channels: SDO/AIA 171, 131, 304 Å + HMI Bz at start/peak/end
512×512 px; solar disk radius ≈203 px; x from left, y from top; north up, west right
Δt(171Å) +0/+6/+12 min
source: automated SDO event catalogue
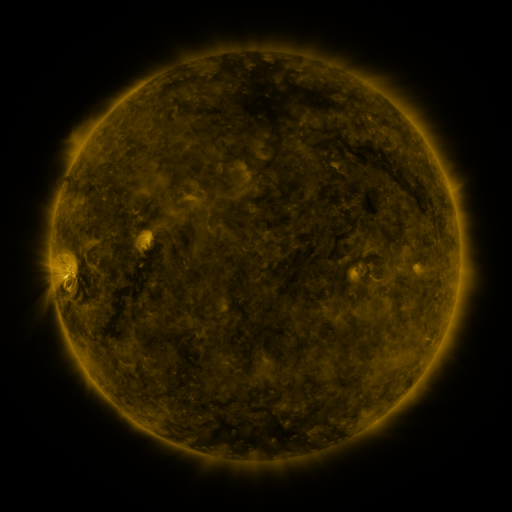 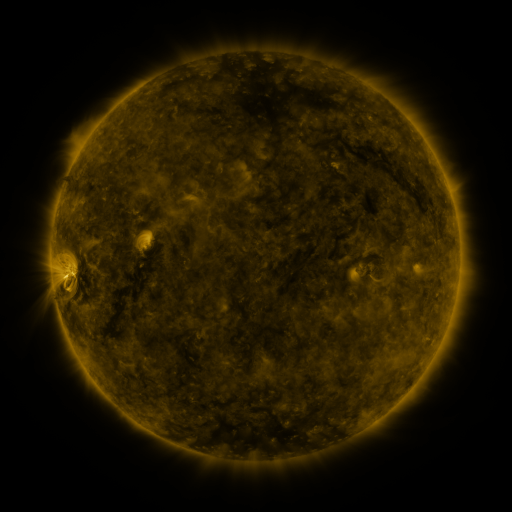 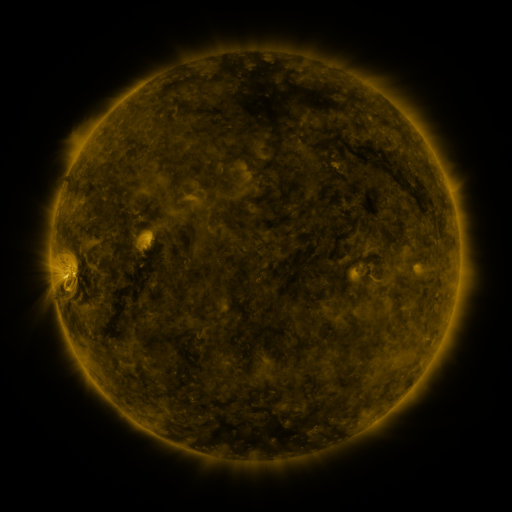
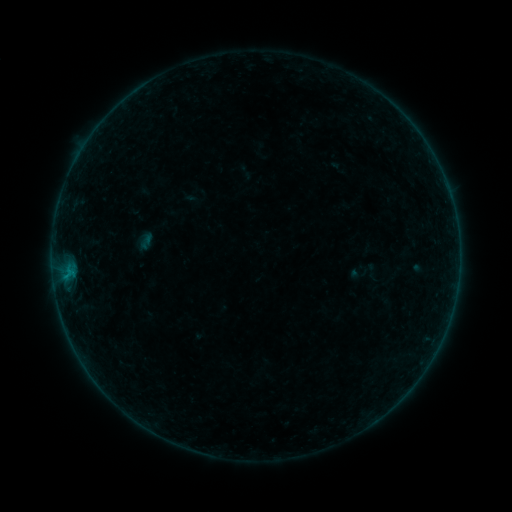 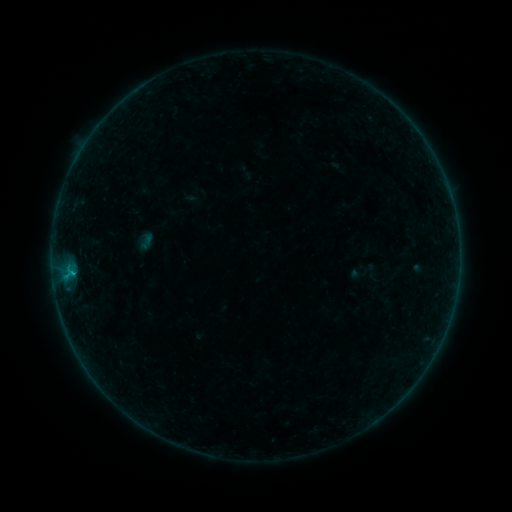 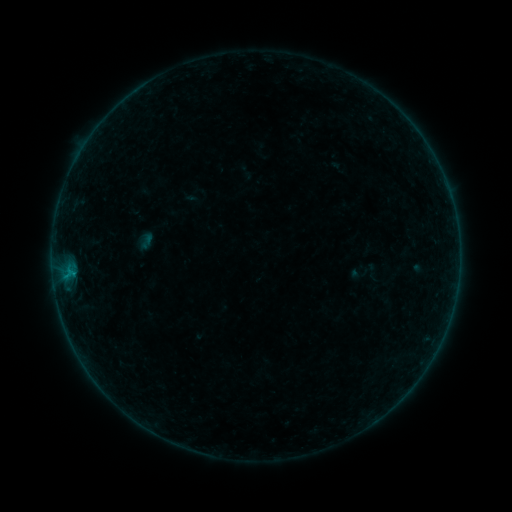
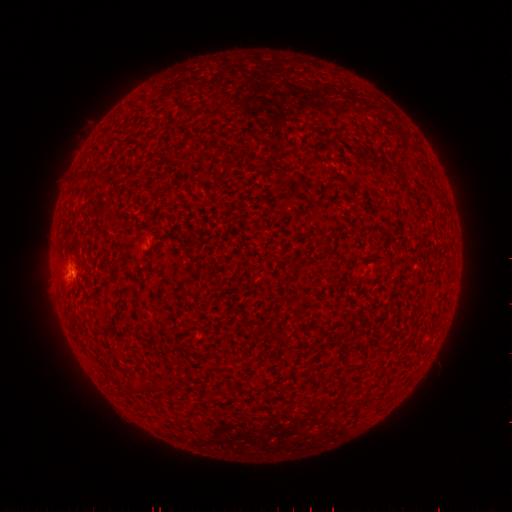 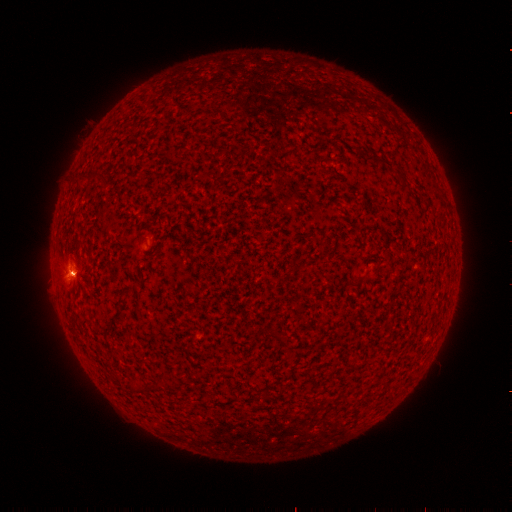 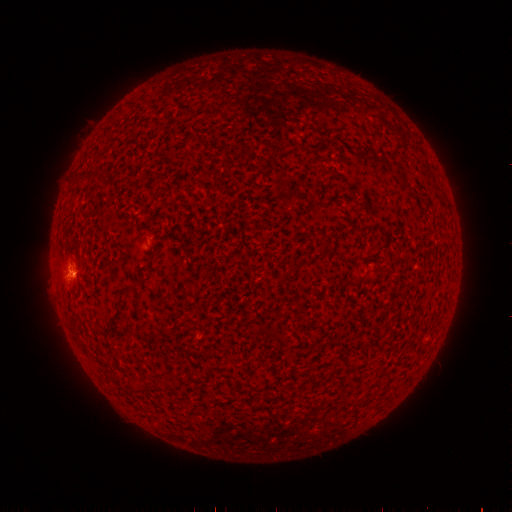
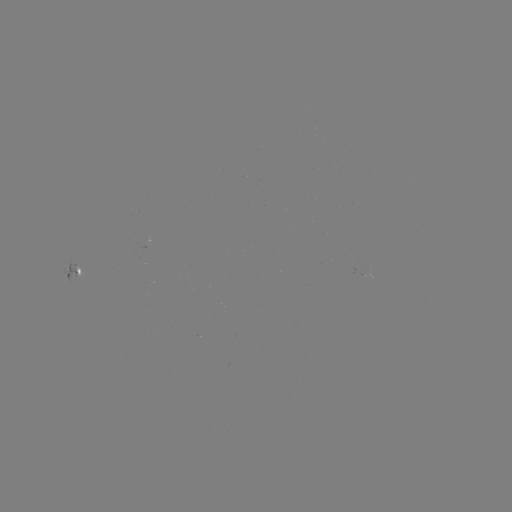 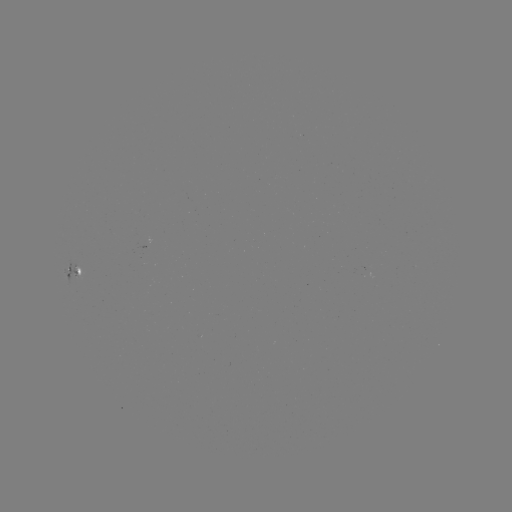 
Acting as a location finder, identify B3.2 flare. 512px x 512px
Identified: (74, 270).